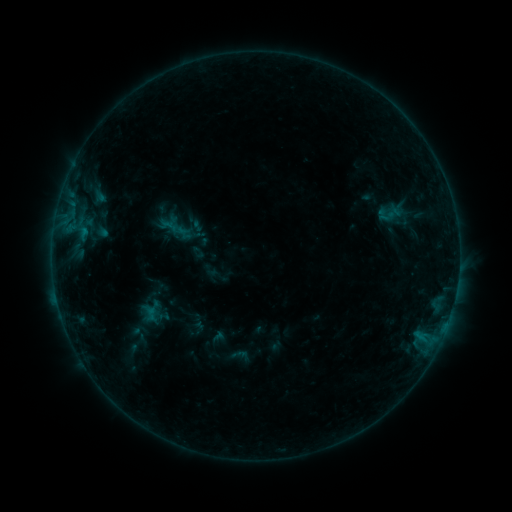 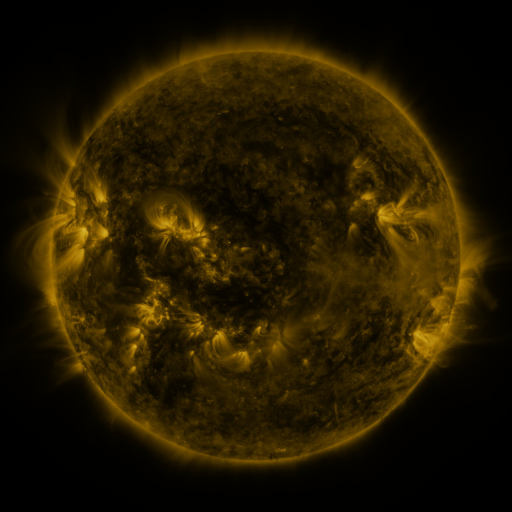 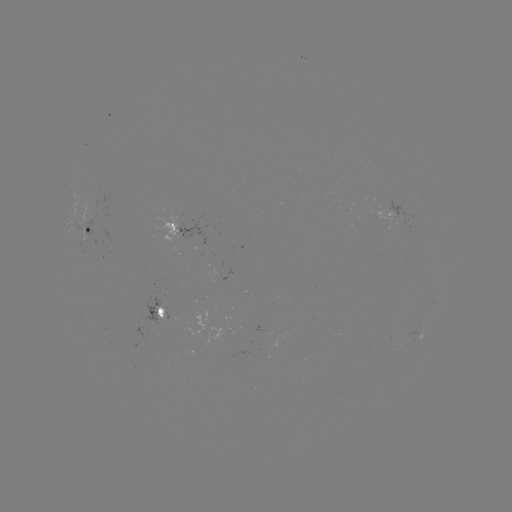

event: sigmoid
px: (389, 214)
